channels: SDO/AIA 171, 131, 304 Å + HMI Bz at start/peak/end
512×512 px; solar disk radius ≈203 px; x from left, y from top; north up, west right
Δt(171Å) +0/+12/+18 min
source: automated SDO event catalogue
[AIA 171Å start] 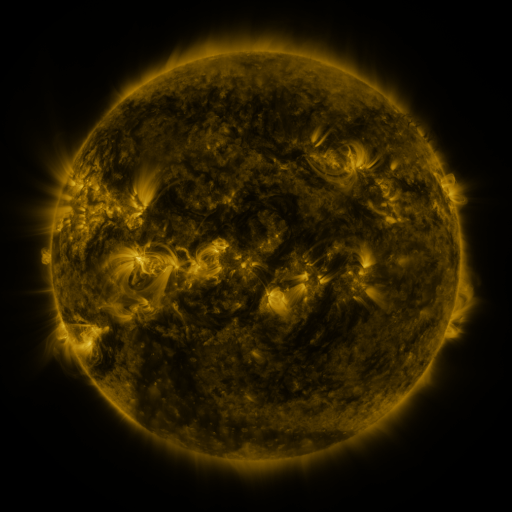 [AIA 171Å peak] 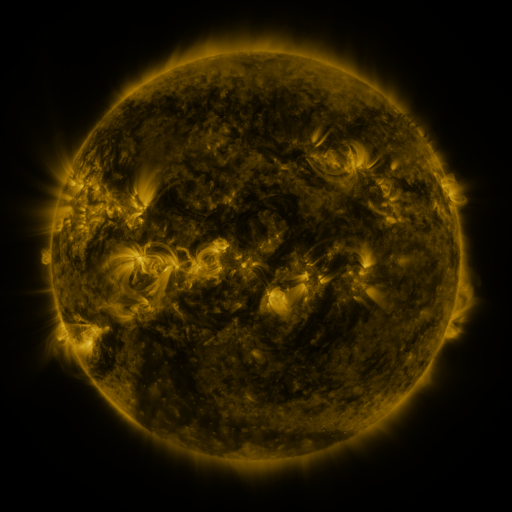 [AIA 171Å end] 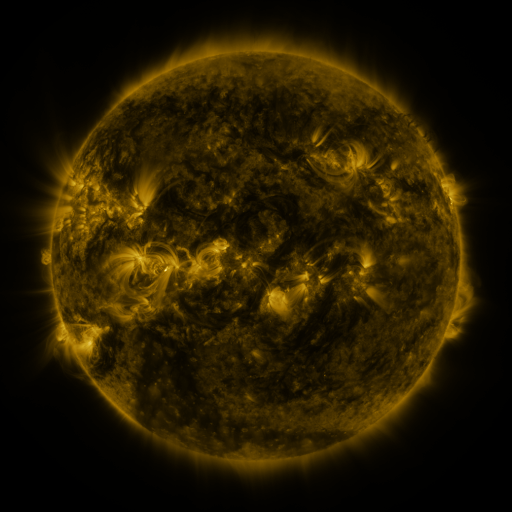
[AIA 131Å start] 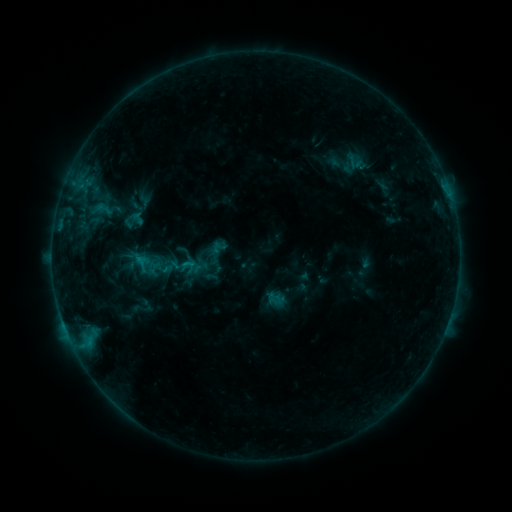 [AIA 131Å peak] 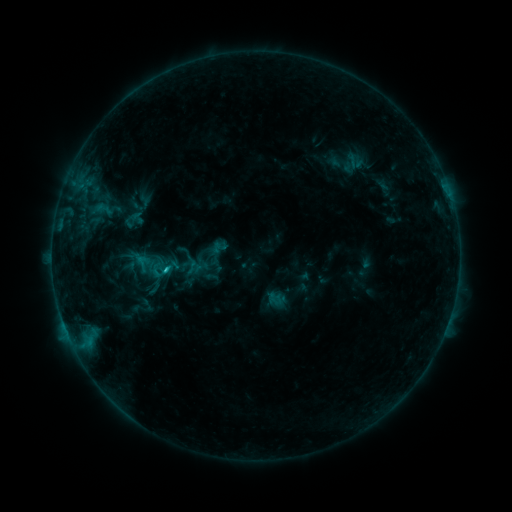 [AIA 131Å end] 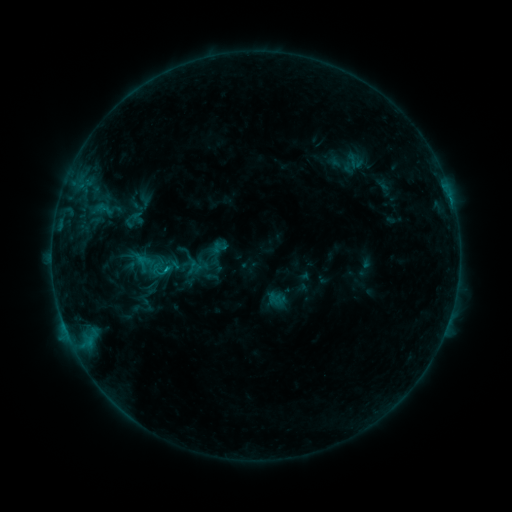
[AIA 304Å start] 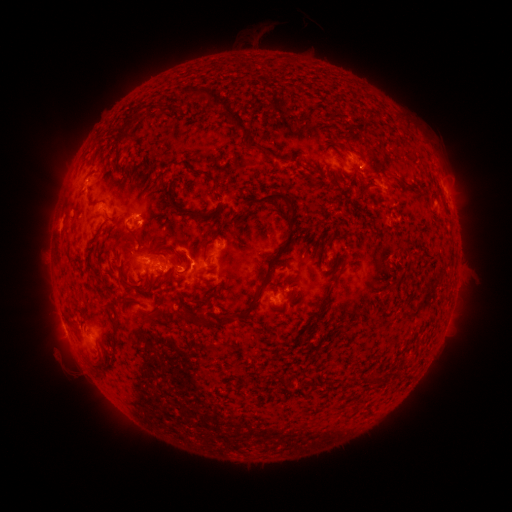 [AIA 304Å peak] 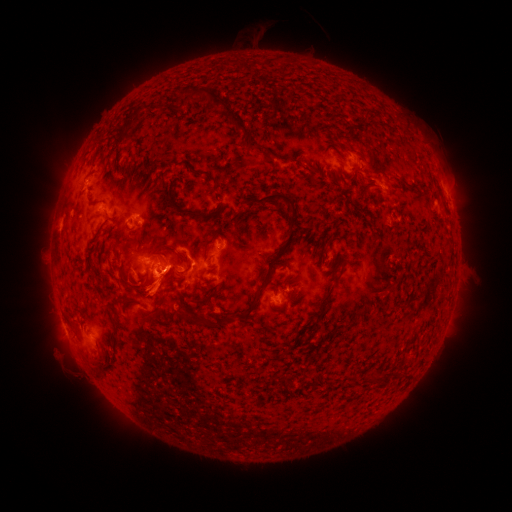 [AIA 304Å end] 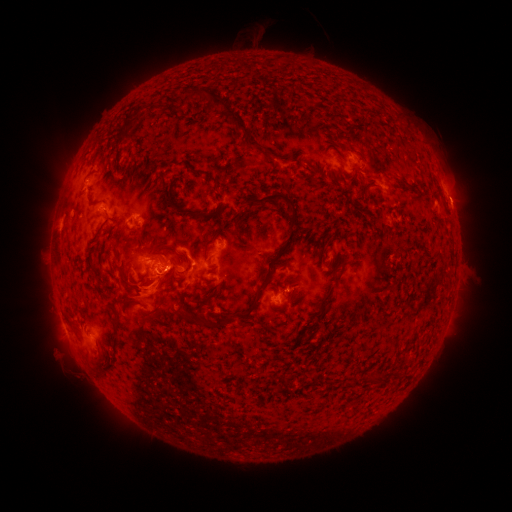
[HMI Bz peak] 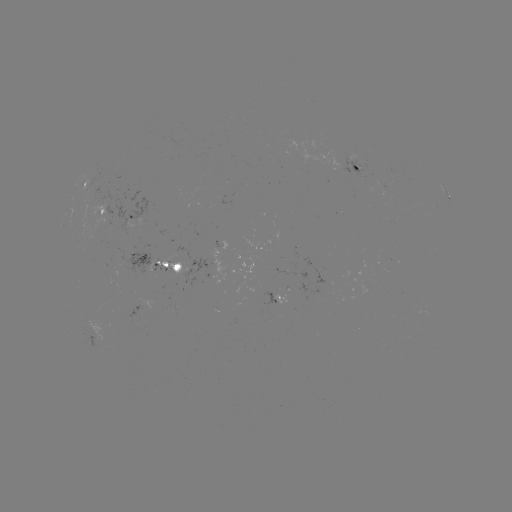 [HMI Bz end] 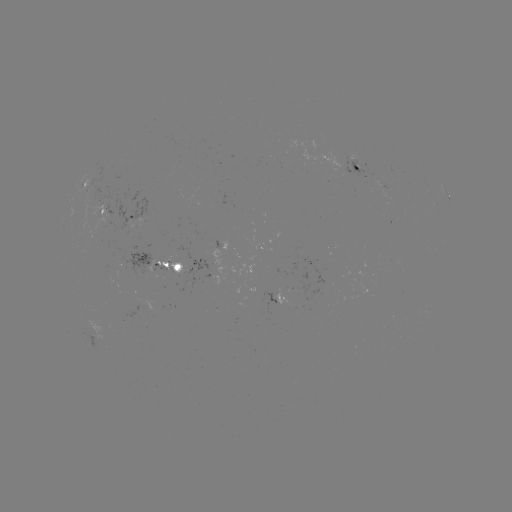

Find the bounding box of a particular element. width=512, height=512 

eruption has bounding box [118, 267, 188, 319].